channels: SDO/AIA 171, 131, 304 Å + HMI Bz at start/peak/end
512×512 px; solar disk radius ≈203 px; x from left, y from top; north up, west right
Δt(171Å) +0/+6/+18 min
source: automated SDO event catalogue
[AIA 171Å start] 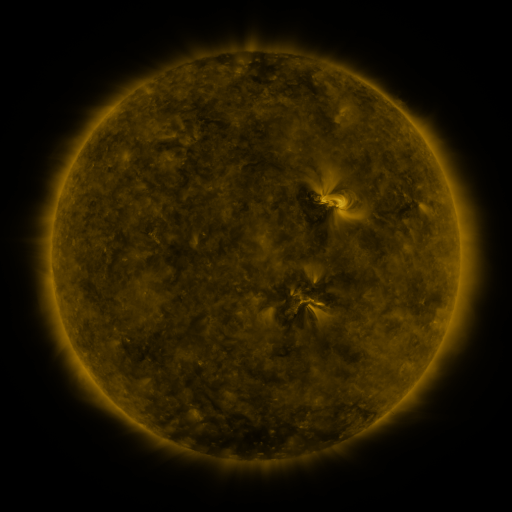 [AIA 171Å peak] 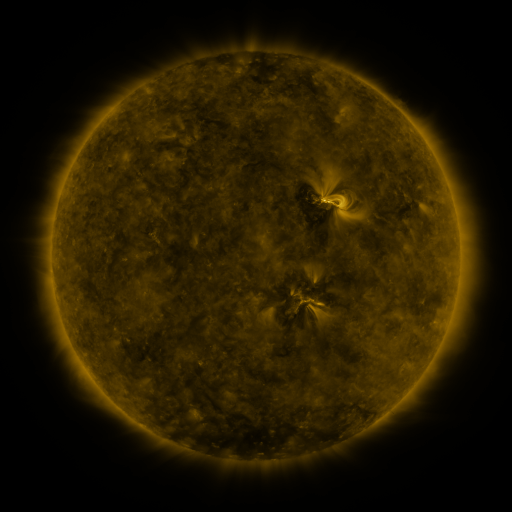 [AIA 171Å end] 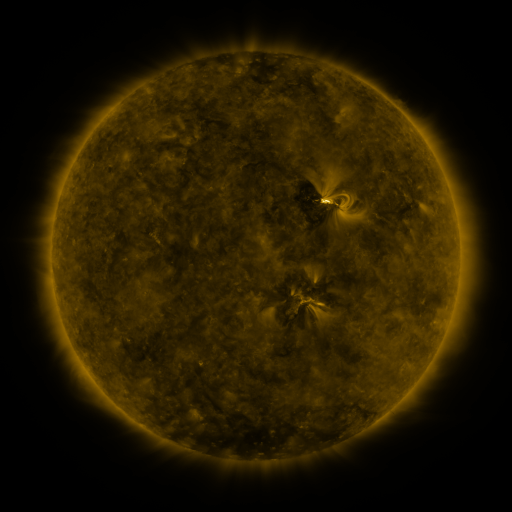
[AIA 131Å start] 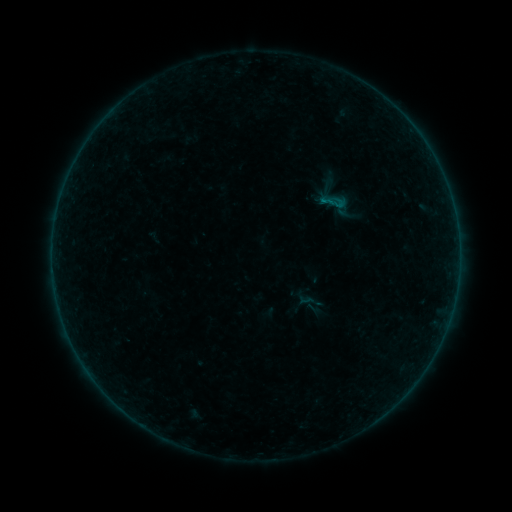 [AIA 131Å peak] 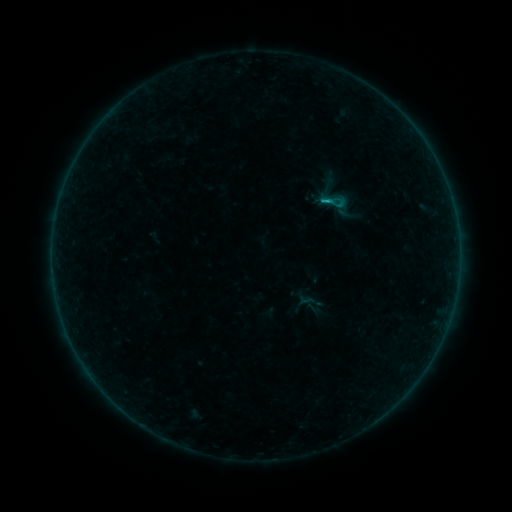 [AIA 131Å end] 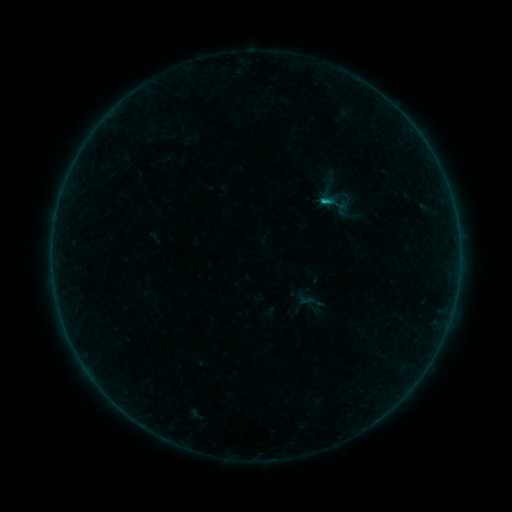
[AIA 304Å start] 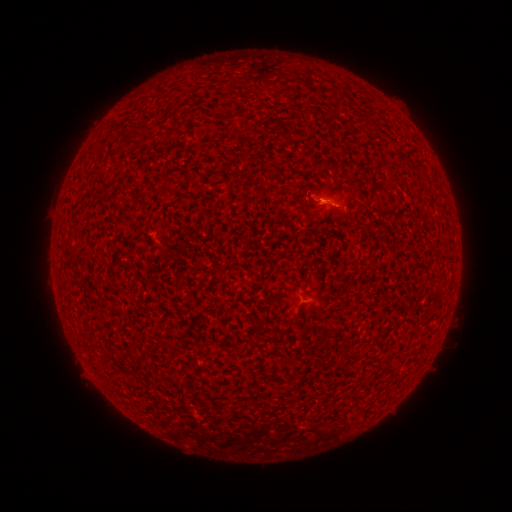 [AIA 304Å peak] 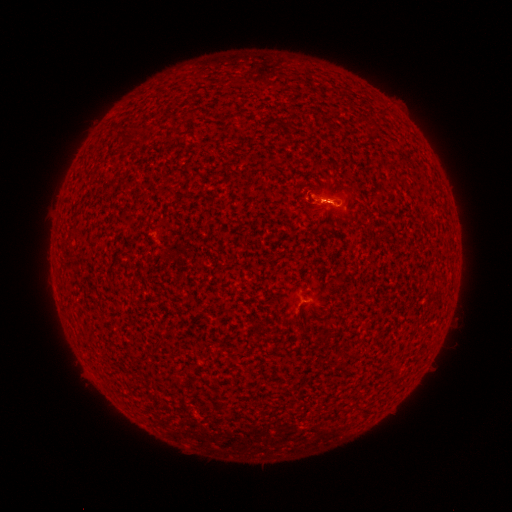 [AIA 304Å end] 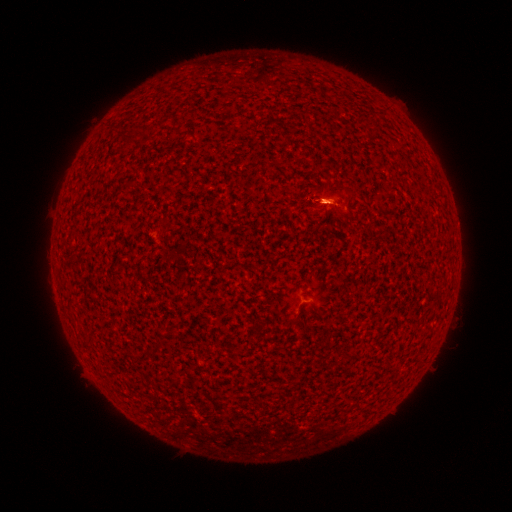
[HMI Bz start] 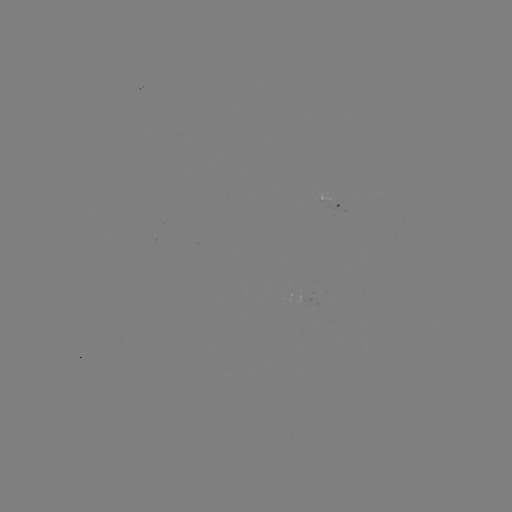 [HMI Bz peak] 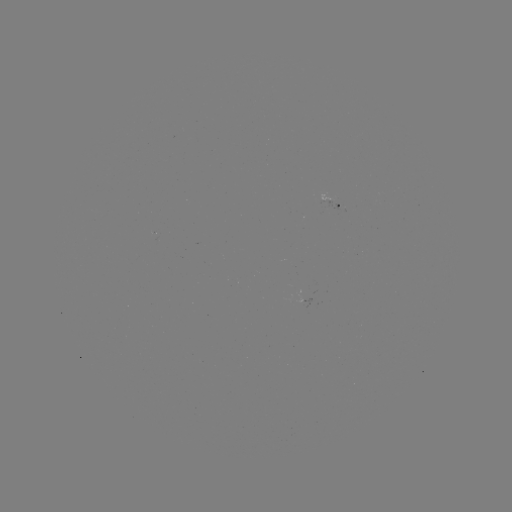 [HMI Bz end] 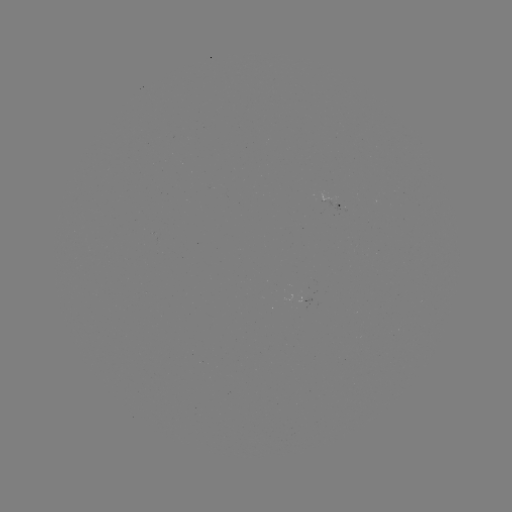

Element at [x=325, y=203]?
B6.1 flare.